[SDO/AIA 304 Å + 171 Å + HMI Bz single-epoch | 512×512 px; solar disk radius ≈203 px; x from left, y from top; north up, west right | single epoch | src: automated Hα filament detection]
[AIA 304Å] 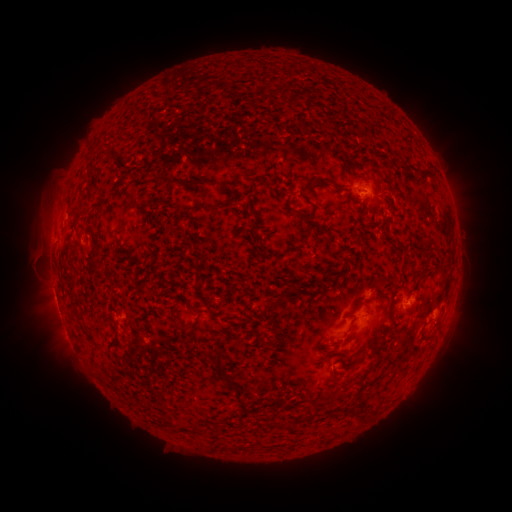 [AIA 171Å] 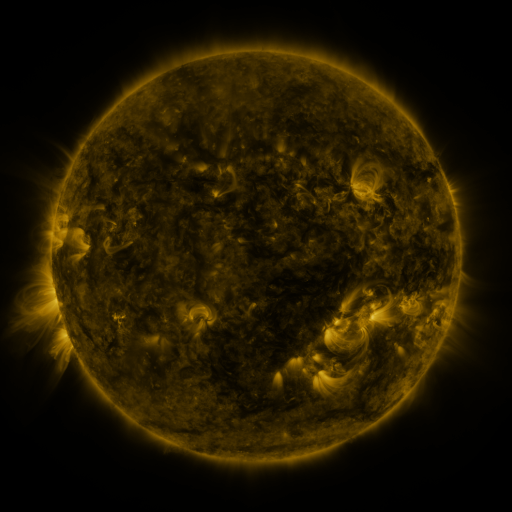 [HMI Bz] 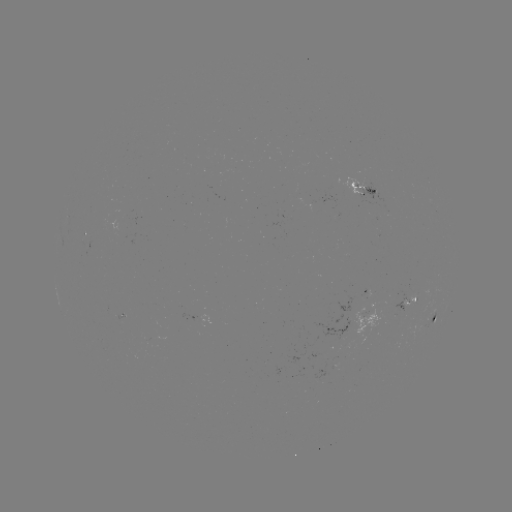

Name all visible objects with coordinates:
filament: [276, 85, 286, 96]
filament: [99, 149, 118, 159]
filament: [154, 173, 195, 188]
filament: [198, 179, 217, 189]
filament: [321, 179, 337, 187]
filament: [121, 202, 134, 217]
filament: [209, 204, 220, 213]
filament: [80, 205, 89, 215]
filament: [287, 206, 316, 224]
filament: [366, 208, 375, 218]
filament: [422, 237, 430, 249]
filament: [417, 268, 435, 281]
filament: [272, 296, 281, 306]
filament: [344, 299, 362, 317]
filament: [345, 316, 357, 333]
filament: [174, 321, 195, 331]
filament: [212, 353, 223, 375]
filament: [329, 368, 336, 381]
filament: [222, 374, 231, 384]
filament: [232, 388, 244, 403]
filament: [349, 409, 364, 423]
